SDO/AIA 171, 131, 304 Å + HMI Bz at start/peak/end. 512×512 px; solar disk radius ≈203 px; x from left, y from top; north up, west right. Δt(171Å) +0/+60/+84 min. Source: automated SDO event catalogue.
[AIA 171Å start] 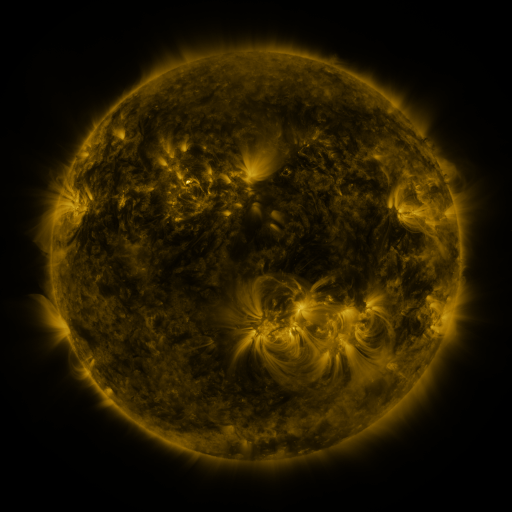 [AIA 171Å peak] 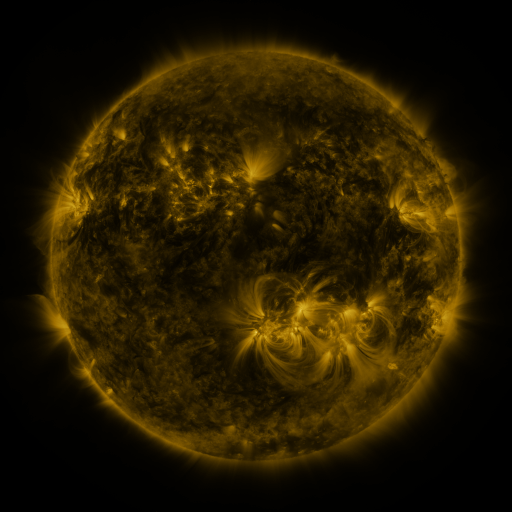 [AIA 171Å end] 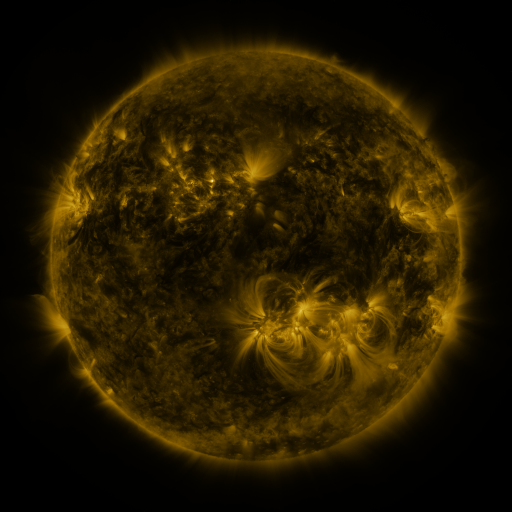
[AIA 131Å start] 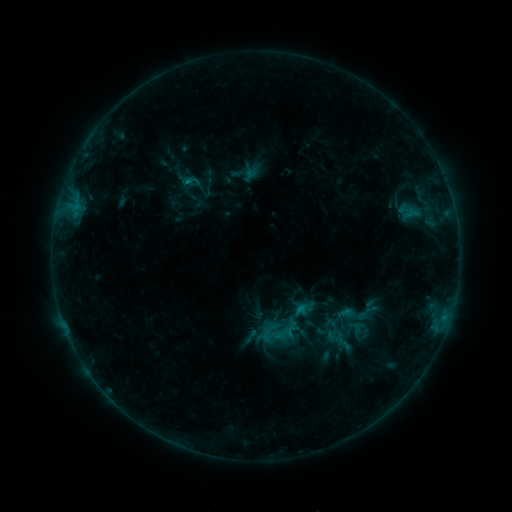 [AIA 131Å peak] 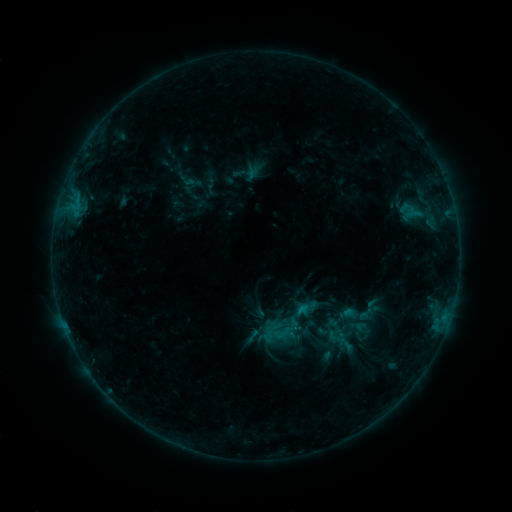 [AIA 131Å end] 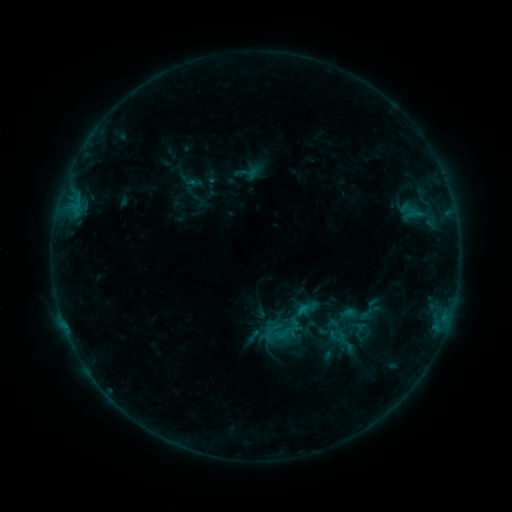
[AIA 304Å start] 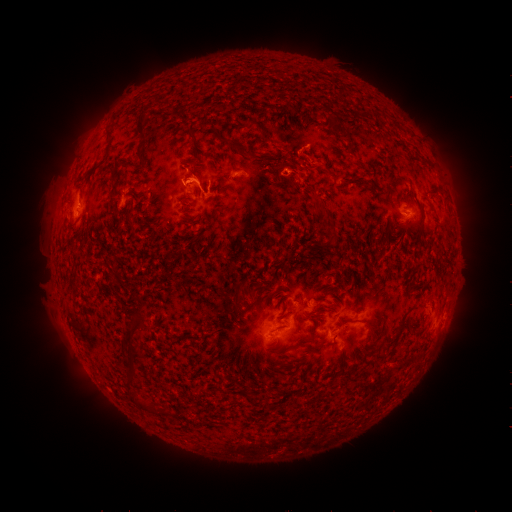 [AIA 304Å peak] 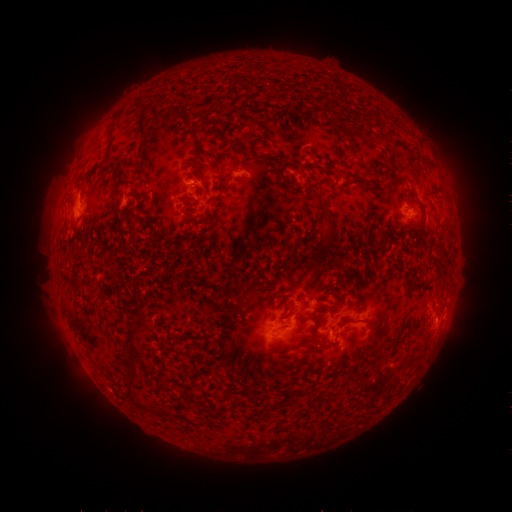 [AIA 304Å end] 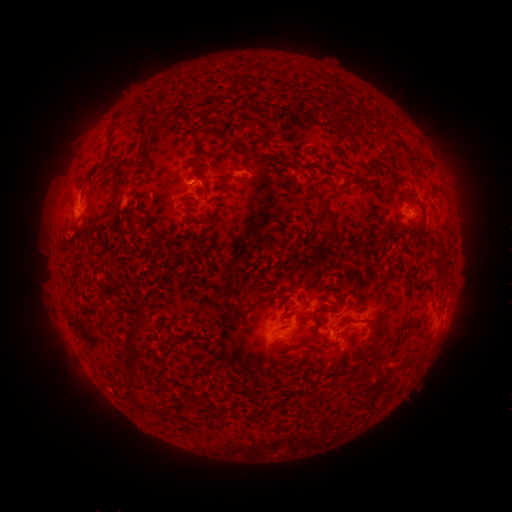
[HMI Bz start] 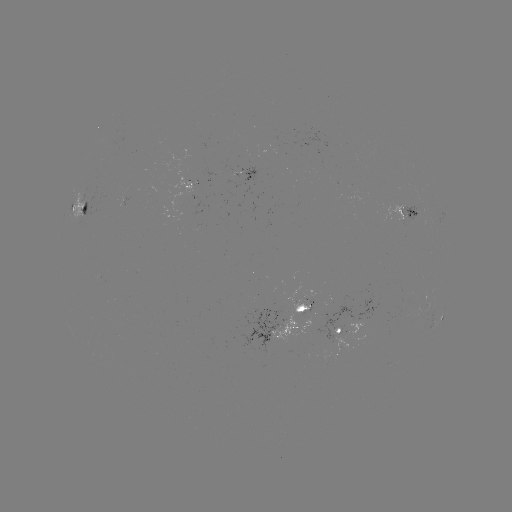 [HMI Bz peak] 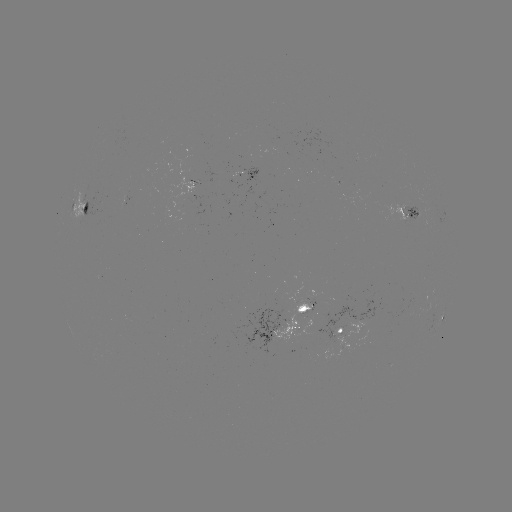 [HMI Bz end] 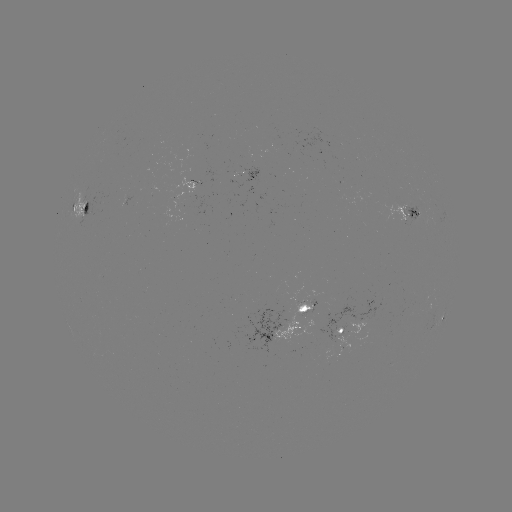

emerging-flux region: [237, 169, 264, 200]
